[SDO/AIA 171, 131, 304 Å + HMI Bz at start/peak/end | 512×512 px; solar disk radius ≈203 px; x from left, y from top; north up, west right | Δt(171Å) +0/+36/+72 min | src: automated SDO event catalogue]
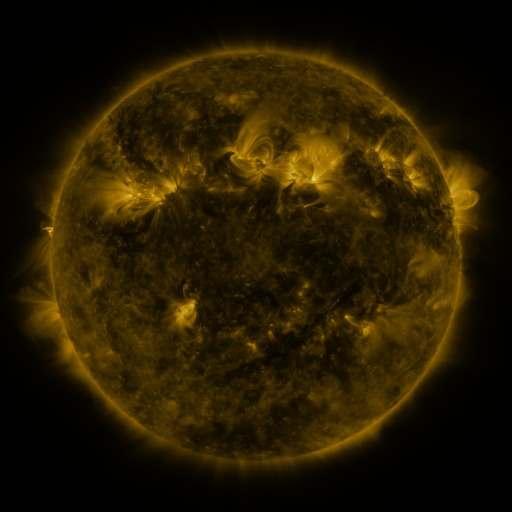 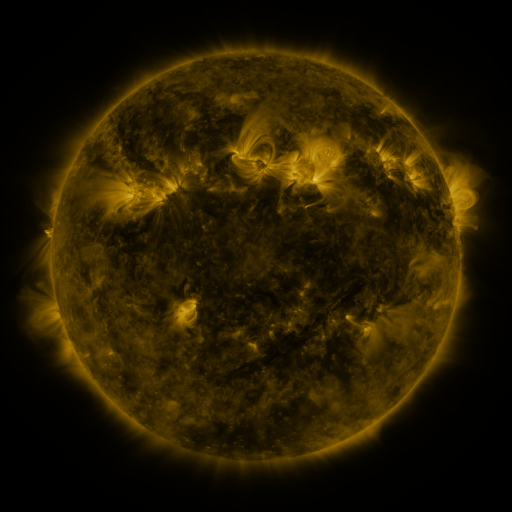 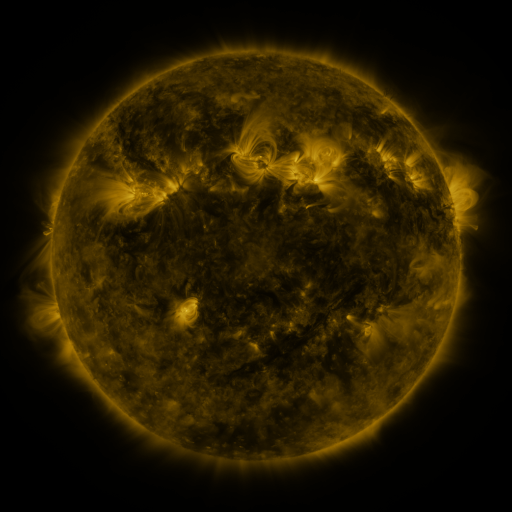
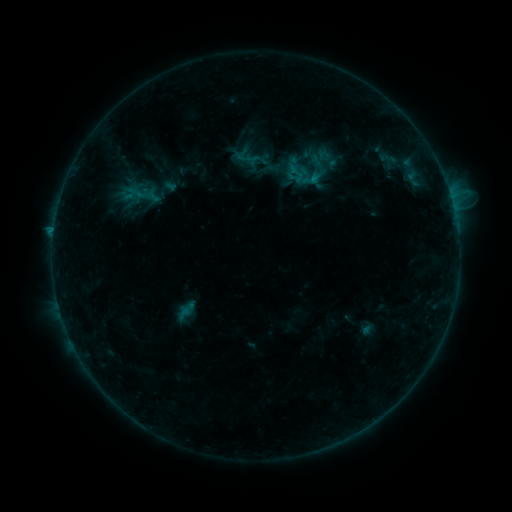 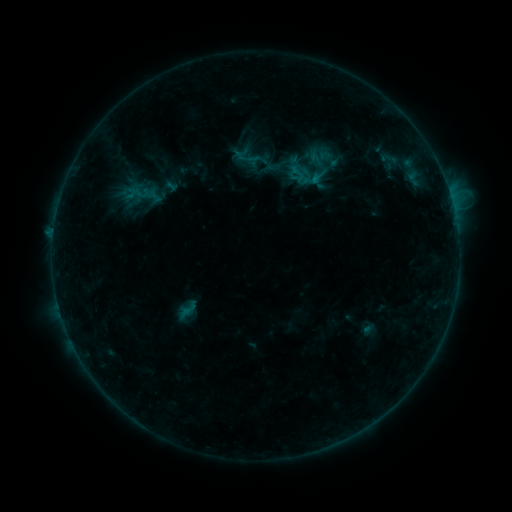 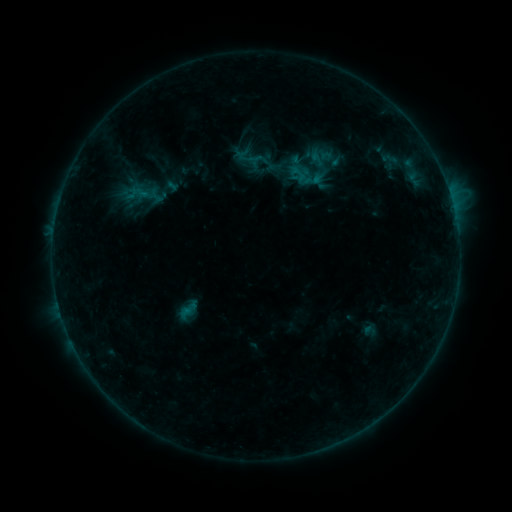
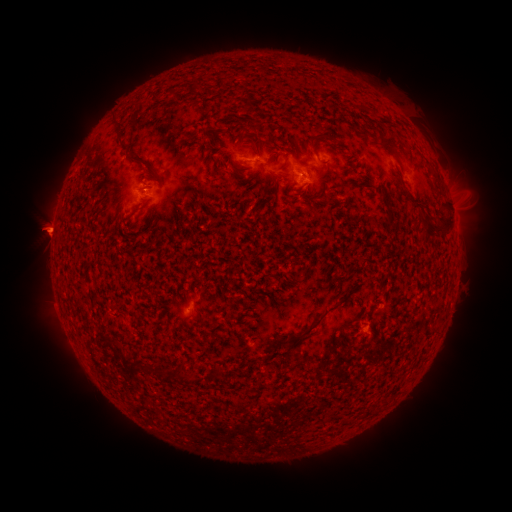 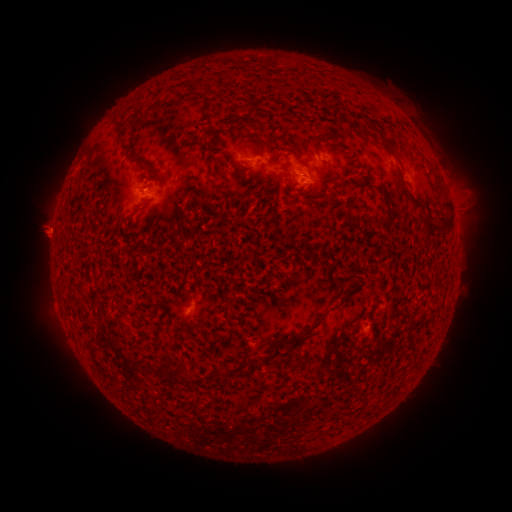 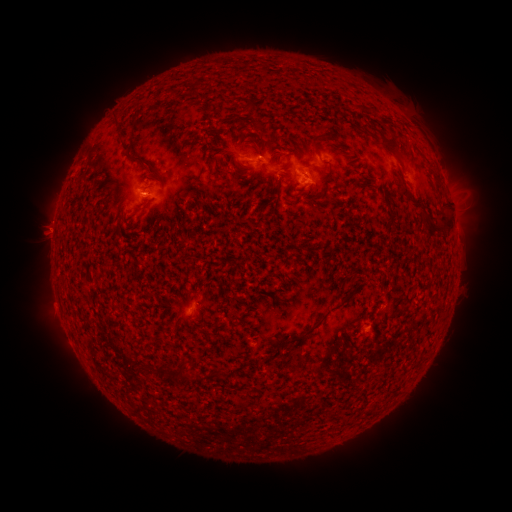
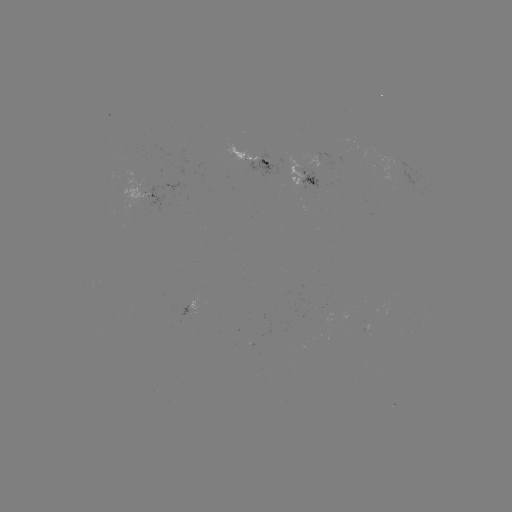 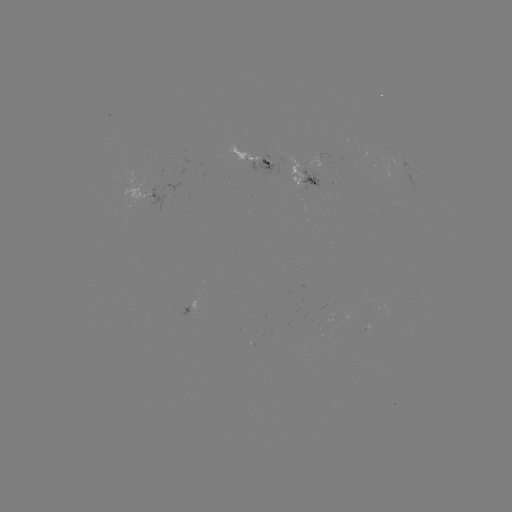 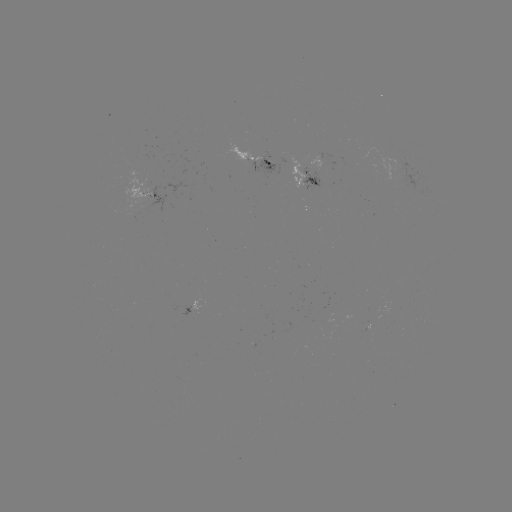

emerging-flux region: [248, 159, 274, 175]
